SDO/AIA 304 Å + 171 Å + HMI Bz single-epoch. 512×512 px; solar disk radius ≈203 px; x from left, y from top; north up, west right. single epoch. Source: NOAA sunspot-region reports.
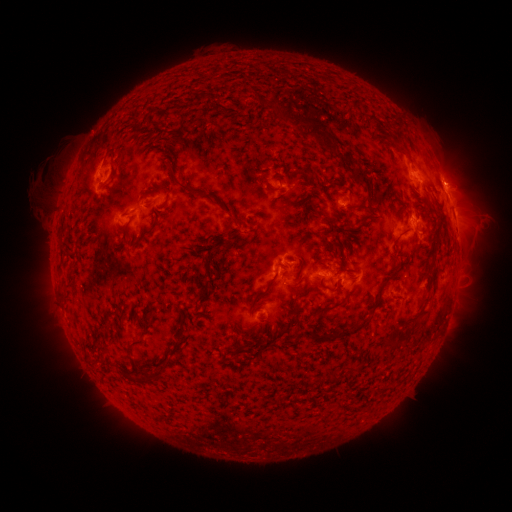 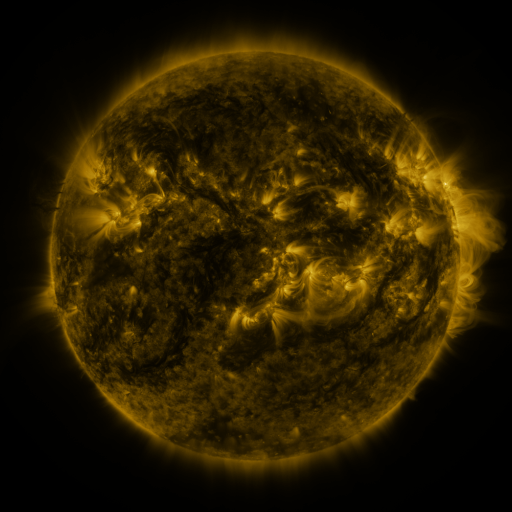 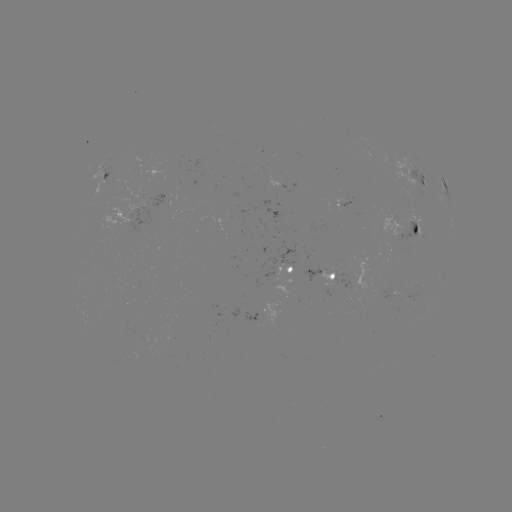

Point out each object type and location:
spotted active region: (107, 176)
spotted active region: (420, 181)
spotted active region: (445, 184)
spotted active region: (456, 226)
spotted active region: (415, 227)
spotted active region: (291, 267)
spotted active region: (321, 271)
spotted active region: (391, 289)
